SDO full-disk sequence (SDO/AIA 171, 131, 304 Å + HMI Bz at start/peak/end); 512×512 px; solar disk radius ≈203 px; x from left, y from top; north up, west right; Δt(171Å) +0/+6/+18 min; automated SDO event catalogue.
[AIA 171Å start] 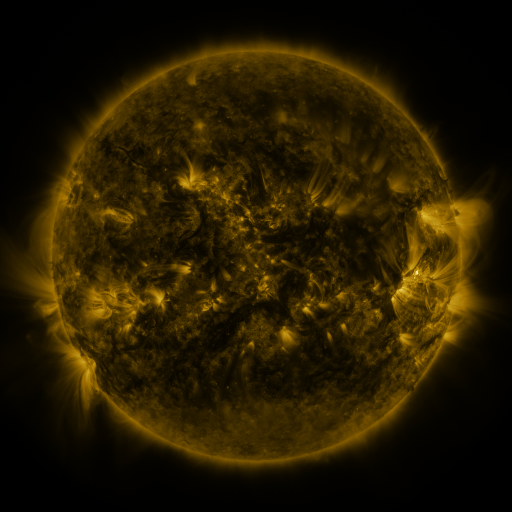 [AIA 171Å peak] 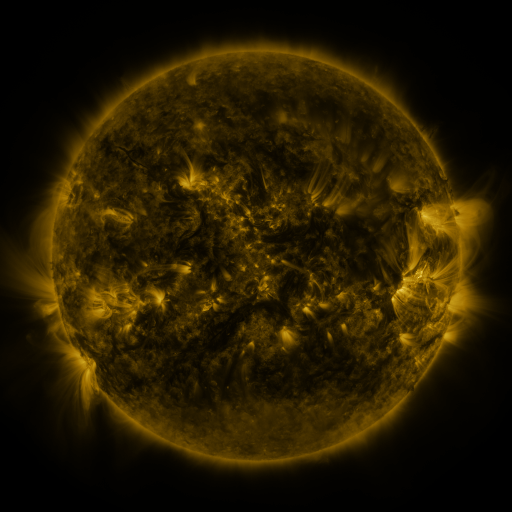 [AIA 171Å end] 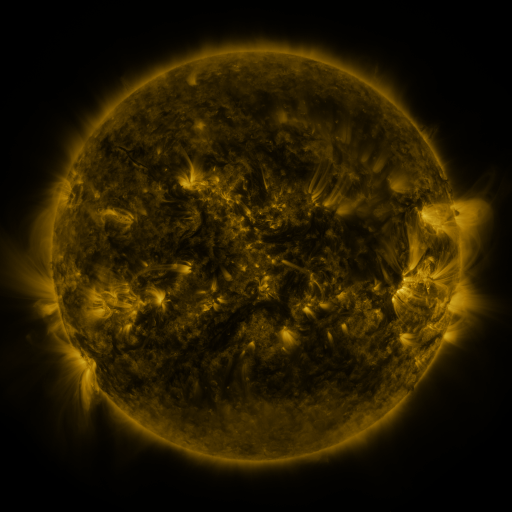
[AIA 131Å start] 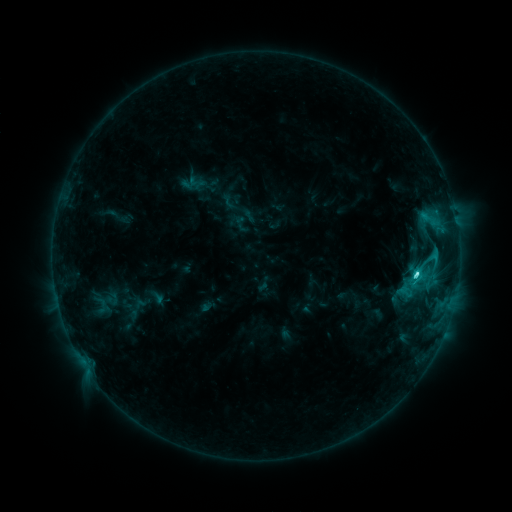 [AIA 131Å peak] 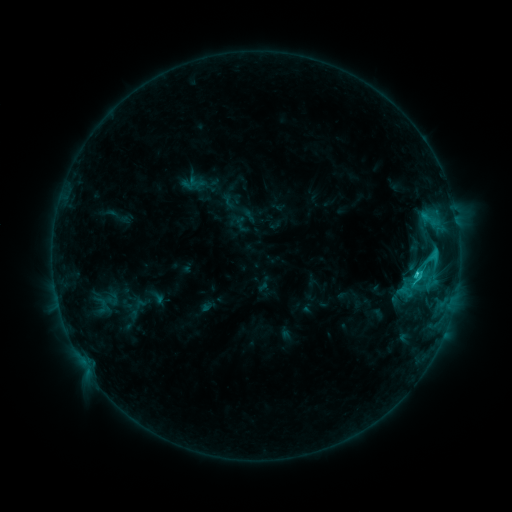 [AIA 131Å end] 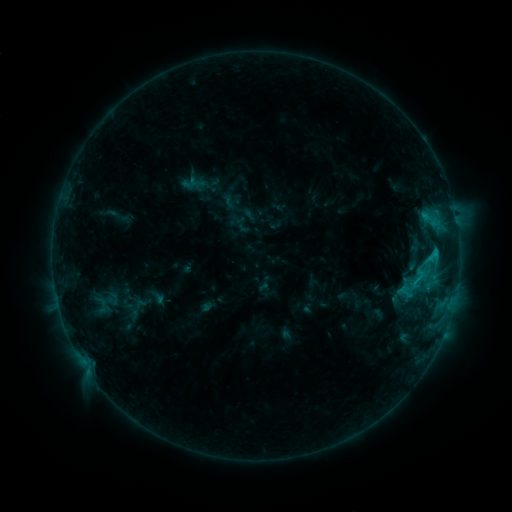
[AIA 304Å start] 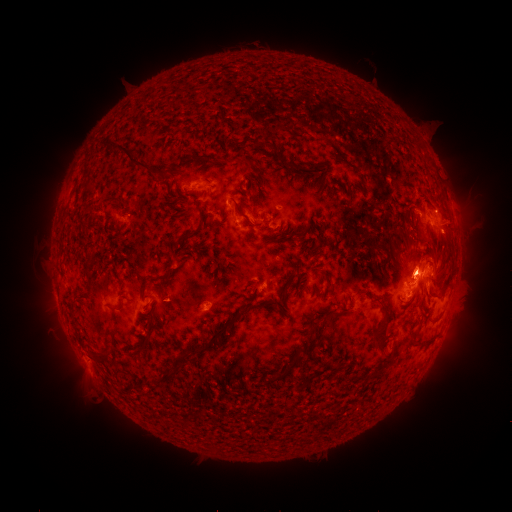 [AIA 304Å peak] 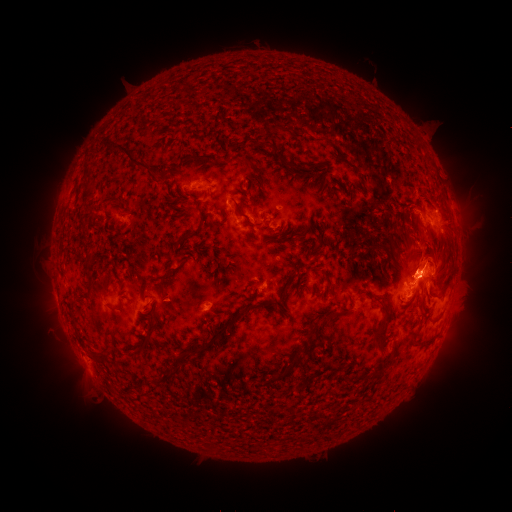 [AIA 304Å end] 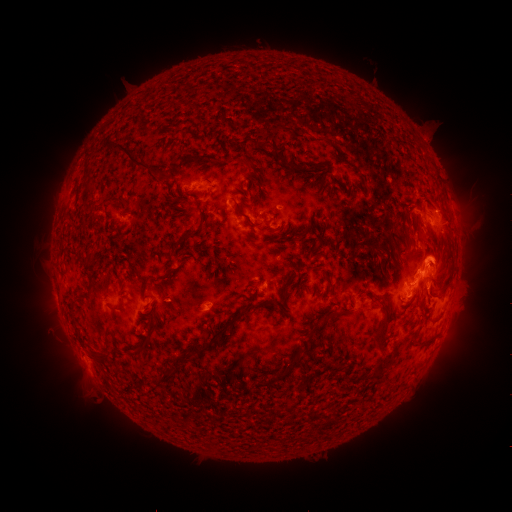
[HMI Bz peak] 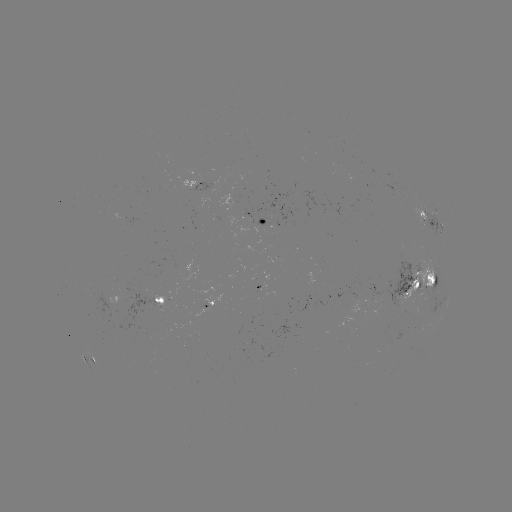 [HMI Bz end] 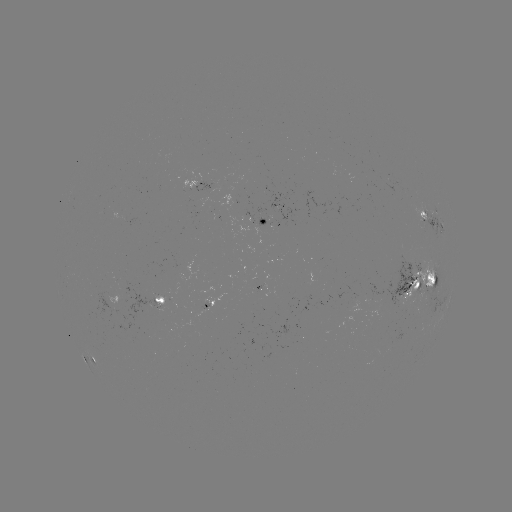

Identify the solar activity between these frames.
eruption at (439, 259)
